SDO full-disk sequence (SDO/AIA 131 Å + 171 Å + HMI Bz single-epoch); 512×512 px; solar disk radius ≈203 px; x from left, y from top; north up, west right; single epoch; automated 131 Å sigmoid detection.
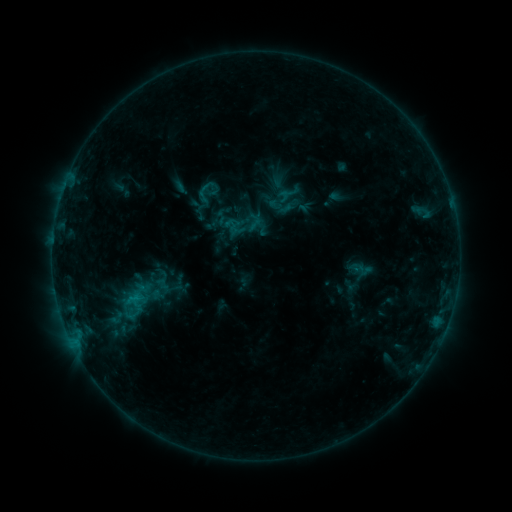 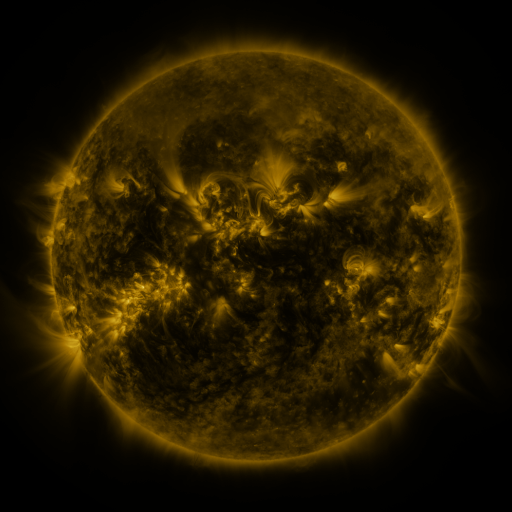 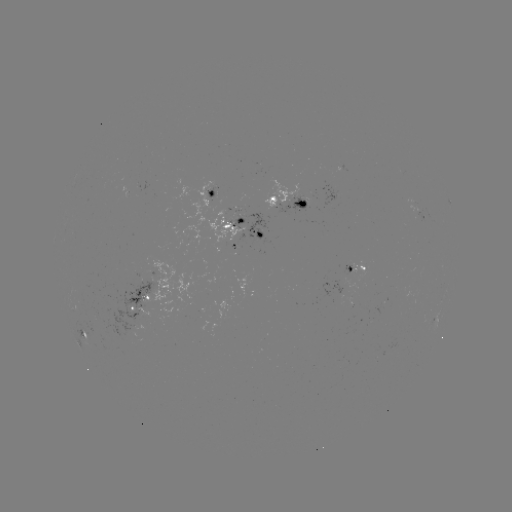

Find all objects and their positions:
sigmoid: <bbox>189, 182, 222, 214</bbox>
sigmoid: <bbox>228, 221, 245, 238</bbox>
